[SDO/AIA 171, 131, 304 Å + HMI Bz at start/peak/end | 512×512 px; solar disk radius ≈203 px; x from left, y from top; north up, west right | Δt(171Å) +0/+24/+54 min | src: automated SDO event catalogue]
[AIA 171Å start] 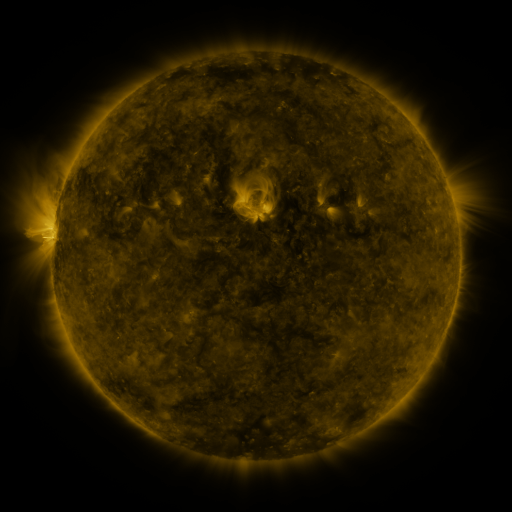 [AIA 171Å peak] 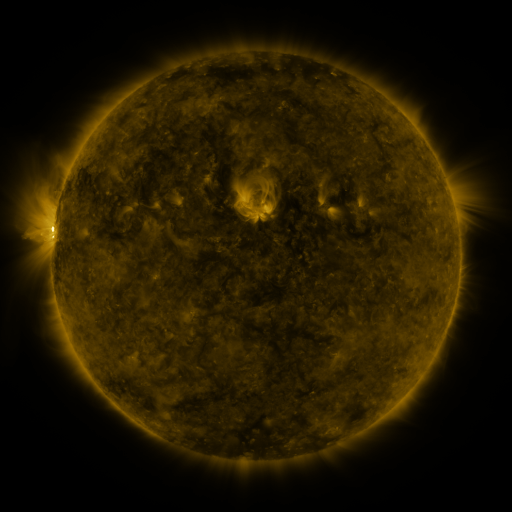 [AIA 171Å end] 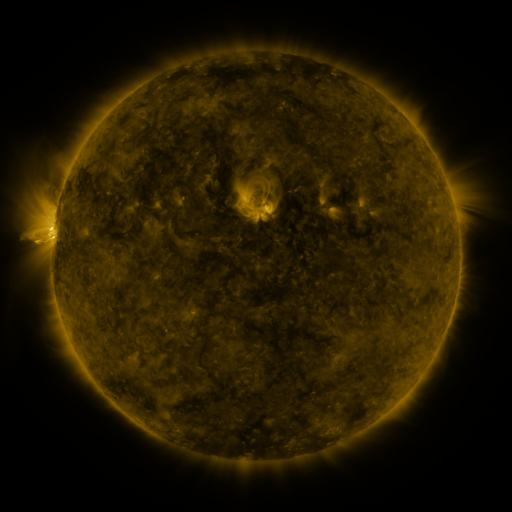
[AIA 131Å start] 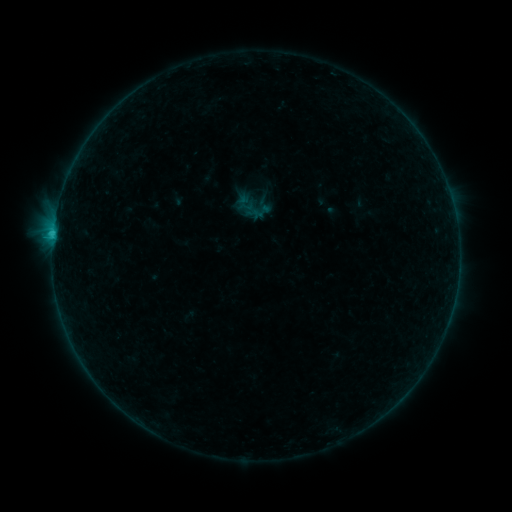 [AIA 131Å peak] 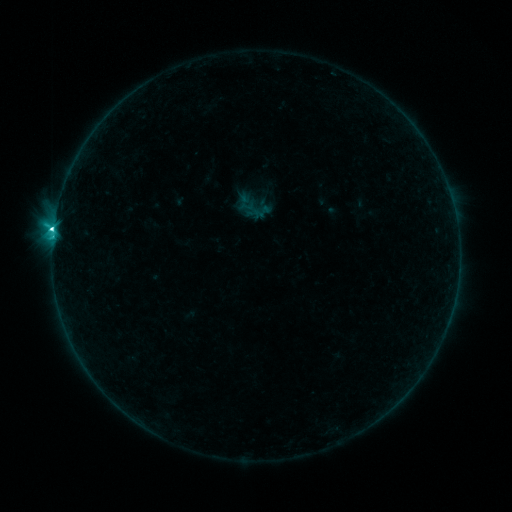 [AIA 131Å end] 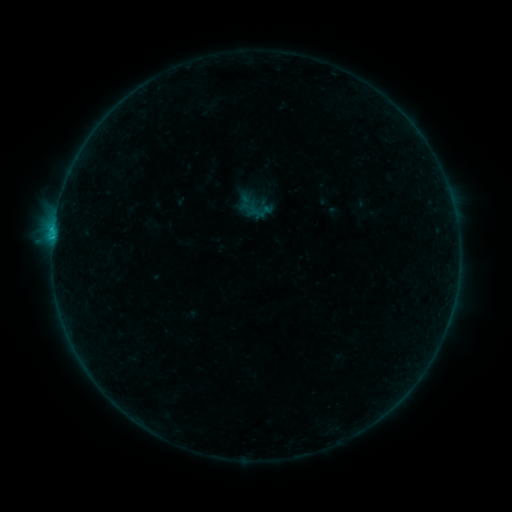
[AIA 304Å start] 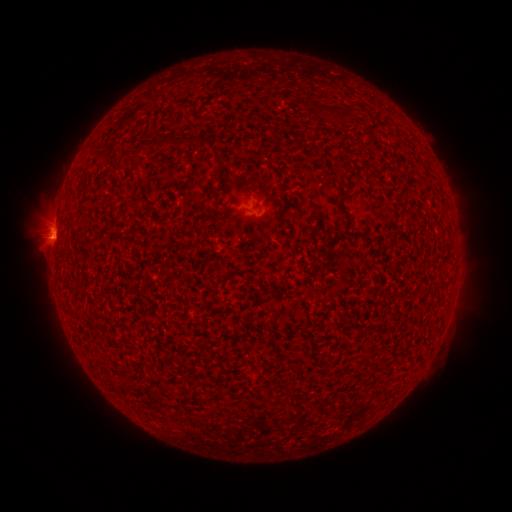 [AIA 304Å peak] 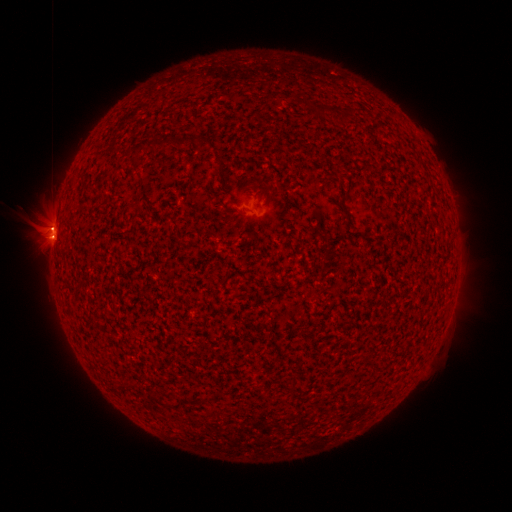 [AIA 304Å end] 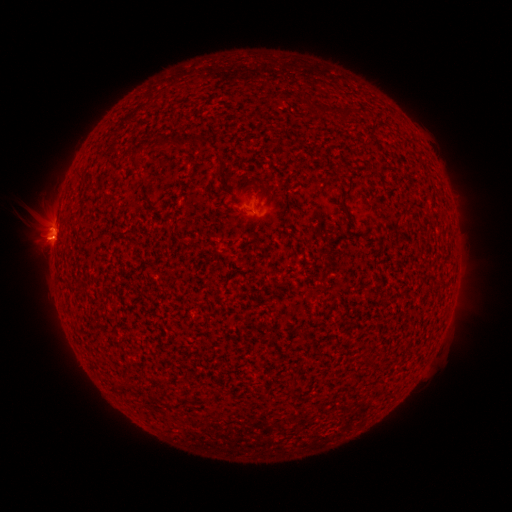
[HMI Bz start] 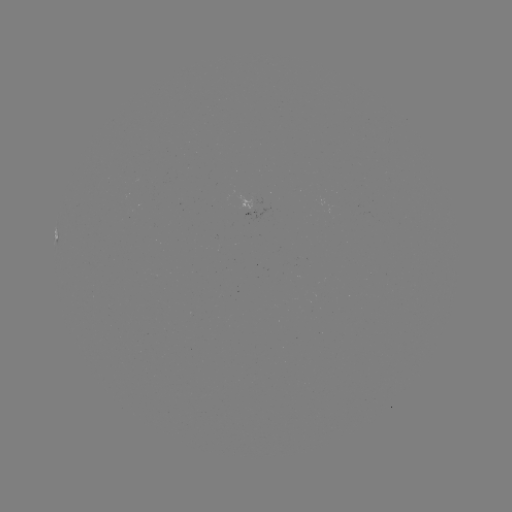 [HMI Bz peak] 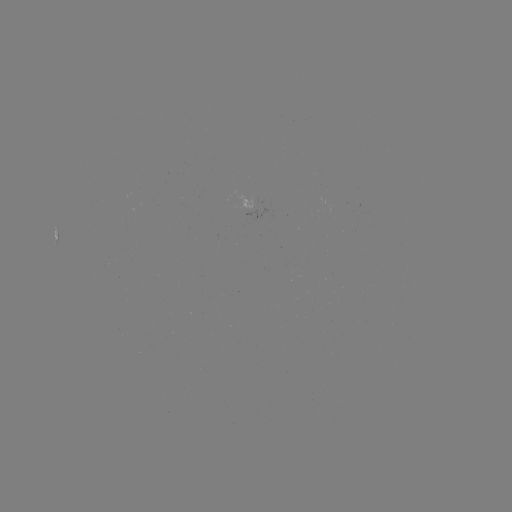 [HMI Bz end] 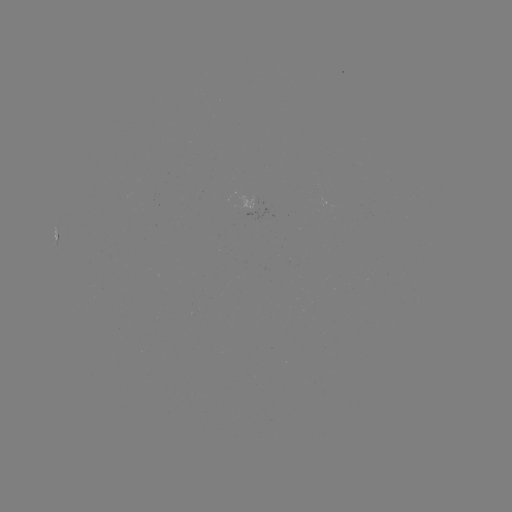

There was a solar filament eruption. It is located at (41, 221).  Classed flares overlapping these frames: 1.